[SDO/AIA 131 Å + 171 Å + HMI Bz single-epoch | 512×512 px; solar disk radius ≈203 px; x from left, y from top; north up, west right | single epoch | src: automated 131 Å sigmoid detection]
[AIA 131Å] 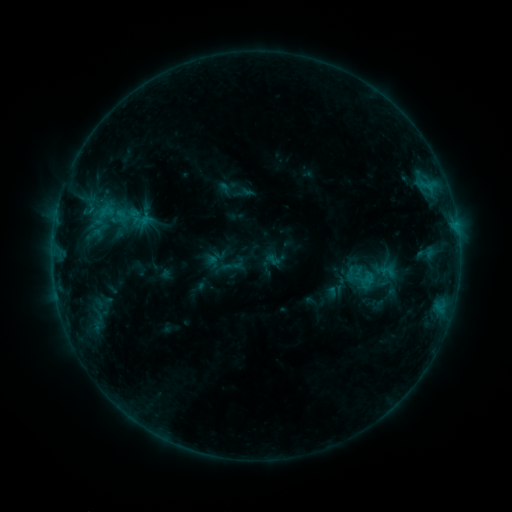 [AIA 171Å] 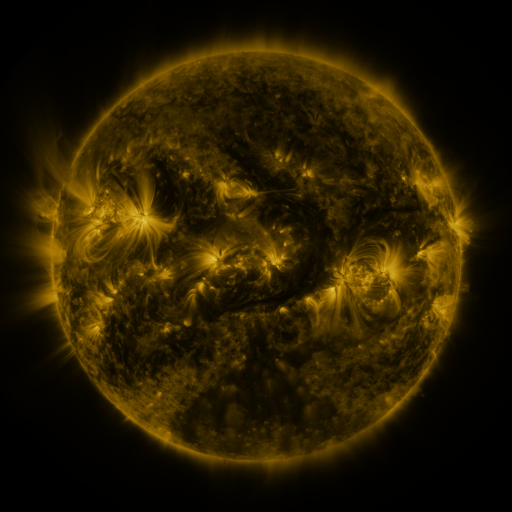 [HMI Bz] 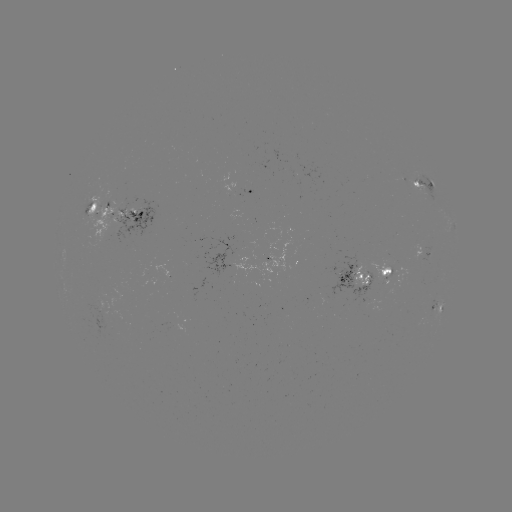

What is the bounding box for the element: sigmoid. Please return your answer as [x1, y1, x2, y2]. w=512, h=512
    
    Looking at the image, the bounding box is [347, 262, 379, 297].